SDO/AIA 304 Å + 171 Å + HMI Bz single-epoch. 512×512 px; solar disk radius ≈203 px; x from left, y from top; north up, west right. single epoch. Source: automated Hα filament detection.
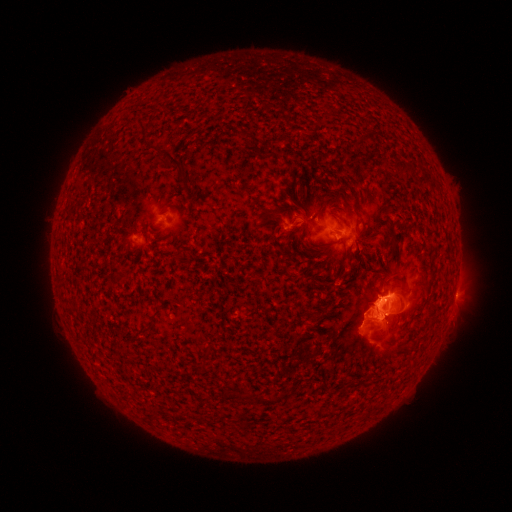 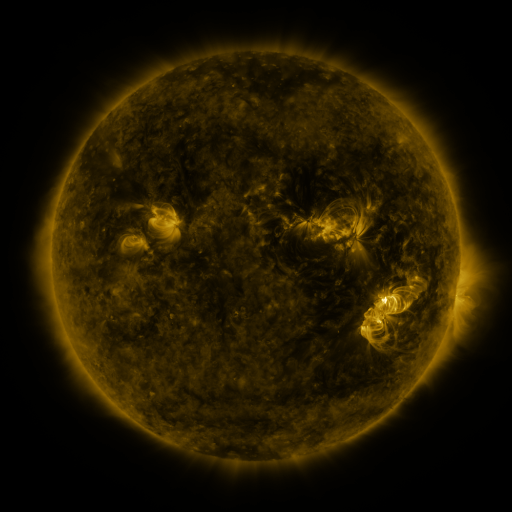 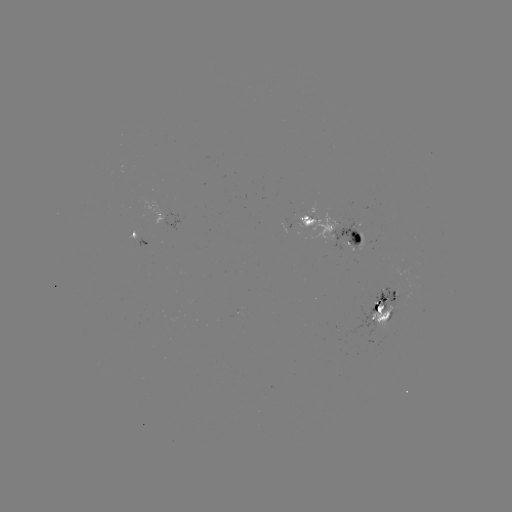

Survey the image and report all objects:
filament: (141, 126)
filament: (172, 162)
filament: (407, 167)
filament: (338, 191)
filament: (276, 214)
filament: (308, 222)
filament: (348, 249)
filament: (395, 251)
filament: (178, 255)
filament: (401, 286)
filament: (387, 312)
filament: (387, 332)
filament: (269, 401)
